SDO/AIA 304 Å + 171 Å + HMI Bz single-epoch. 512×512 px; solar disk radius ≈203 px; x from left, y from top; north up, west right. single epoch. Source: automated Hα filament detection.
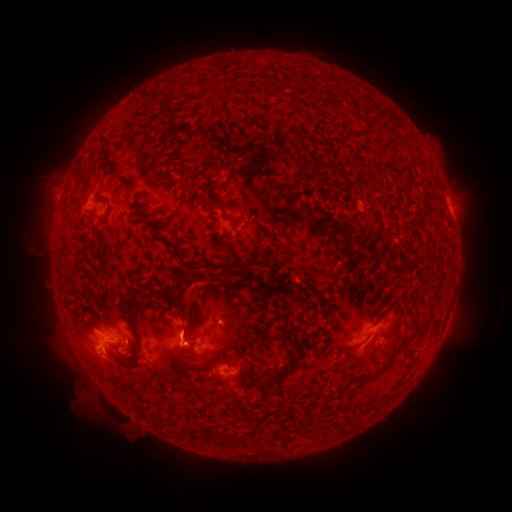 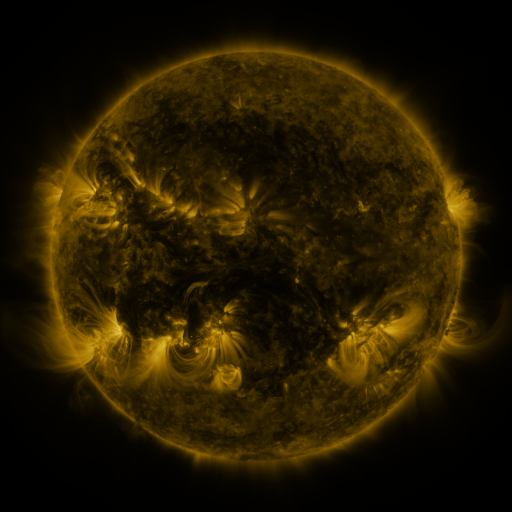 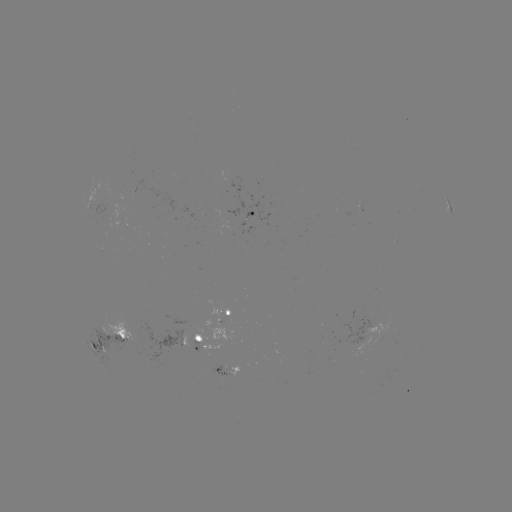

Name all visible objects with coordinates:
filament: (147, 104)
filament: (195, 133)
filament: (213, 140)
filament: (272, 153)
filament: (207, 164)
filament: (296, 164)
filament: (408, 173)
filament: (374, 176)
filament: (126, 185)
filament: (107, 202)
filament: (234, 221)
filament: (175, 246)
filament: (427, 253)
filament: (222, 273)
filament: (158, 293)
filament: (293, 308)
filament: (426, 322)
filament: (396, 330)
filament: (138, 346)
filament: (191, 352)
filament: (383, 369)
filament: (289, 372)
filament: (185, 428)
